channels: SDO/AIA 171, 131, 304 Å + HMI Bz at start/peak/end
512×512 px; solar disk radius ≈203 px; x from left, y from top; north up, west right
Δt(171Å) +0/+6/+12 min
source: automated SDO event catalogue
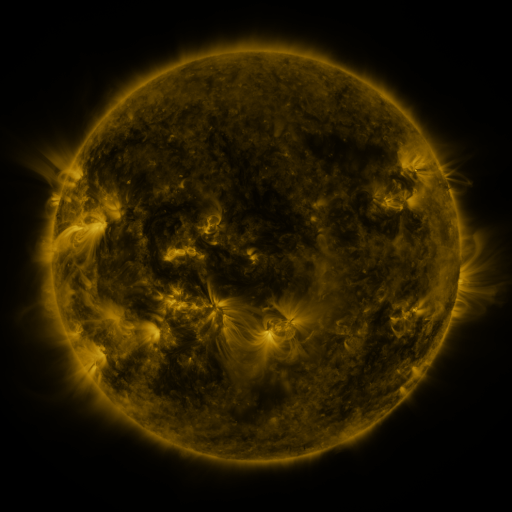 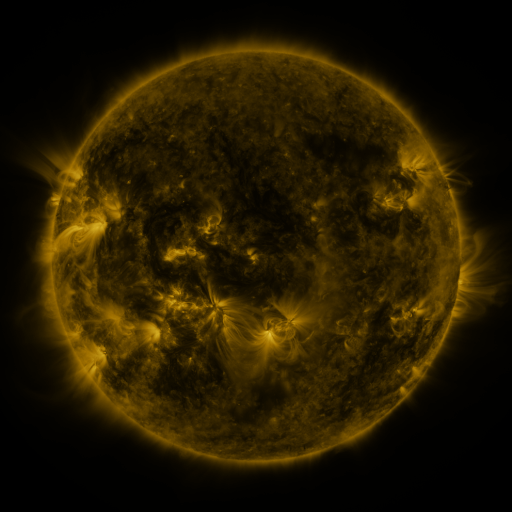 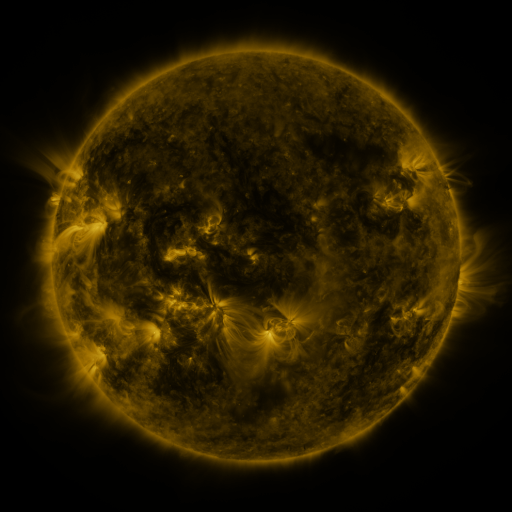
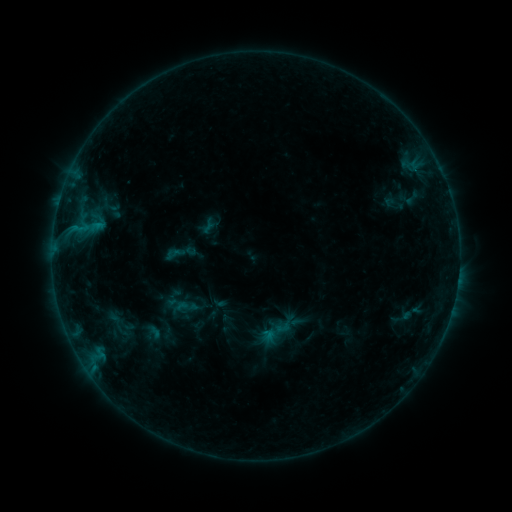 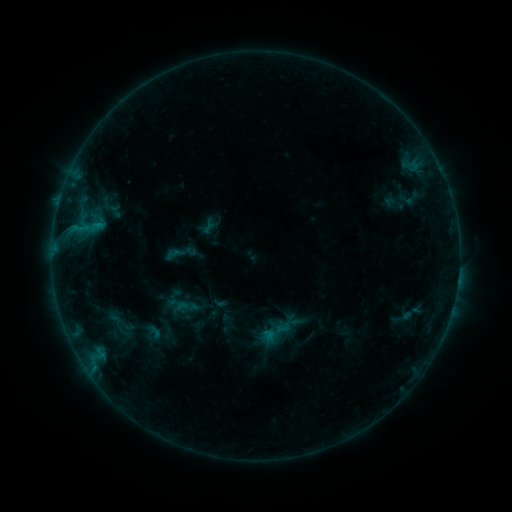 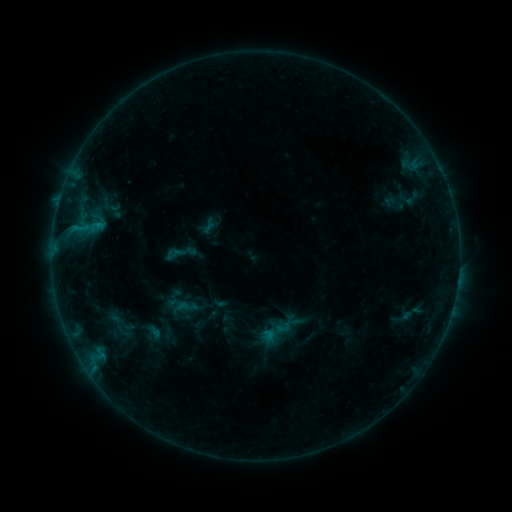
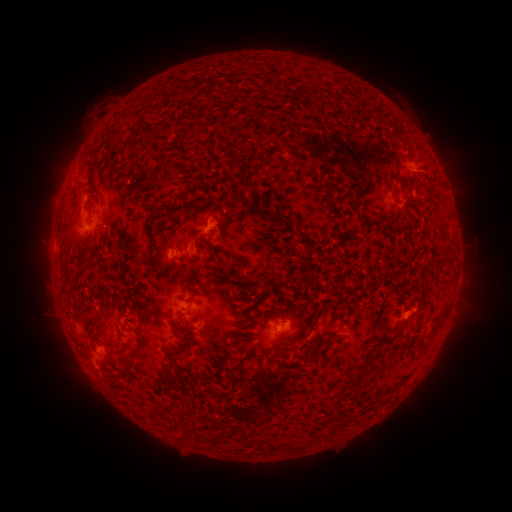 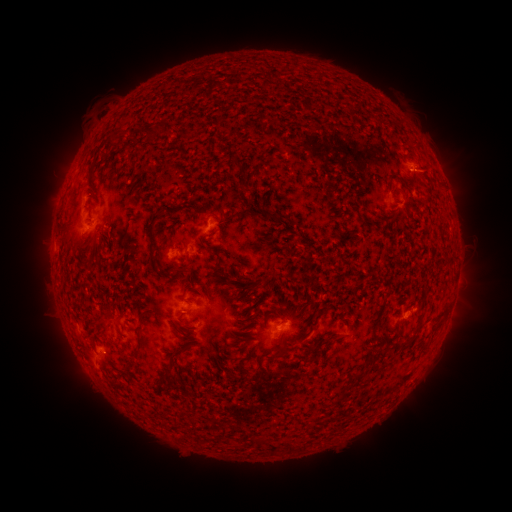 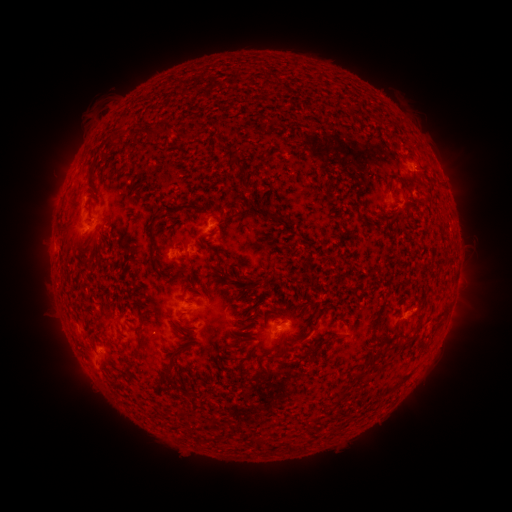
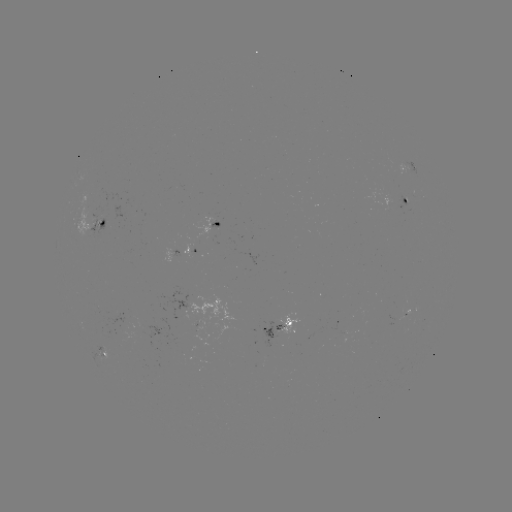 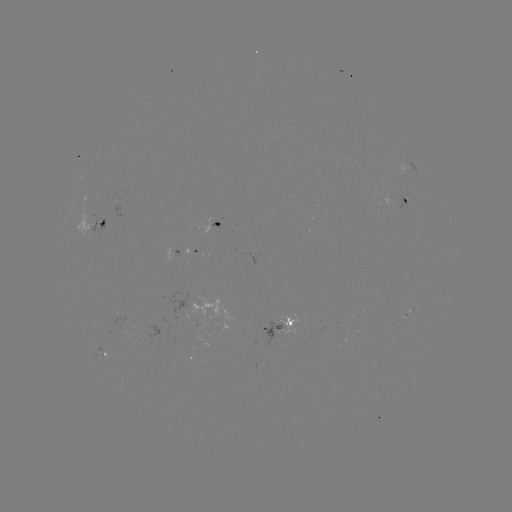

no flare in any classed list; no EUV-trigger detection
